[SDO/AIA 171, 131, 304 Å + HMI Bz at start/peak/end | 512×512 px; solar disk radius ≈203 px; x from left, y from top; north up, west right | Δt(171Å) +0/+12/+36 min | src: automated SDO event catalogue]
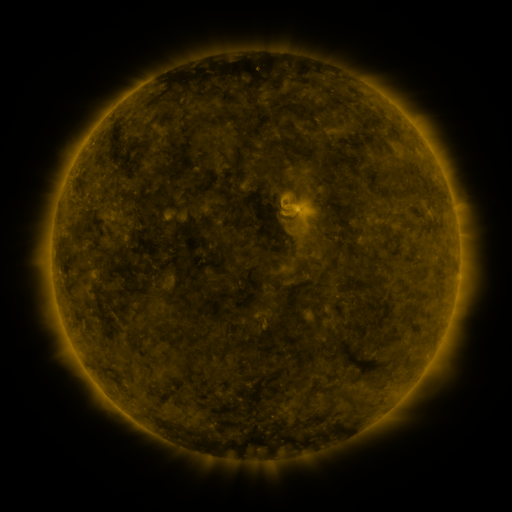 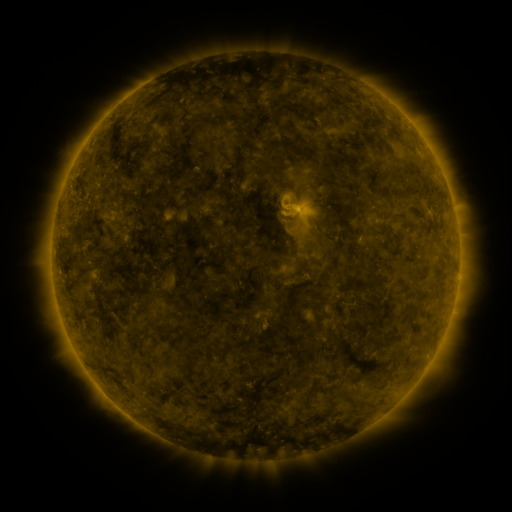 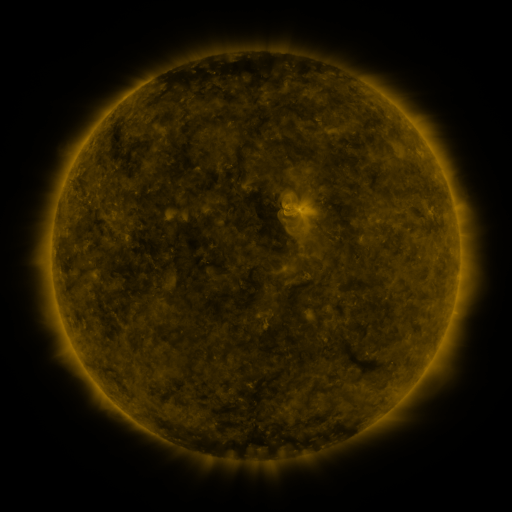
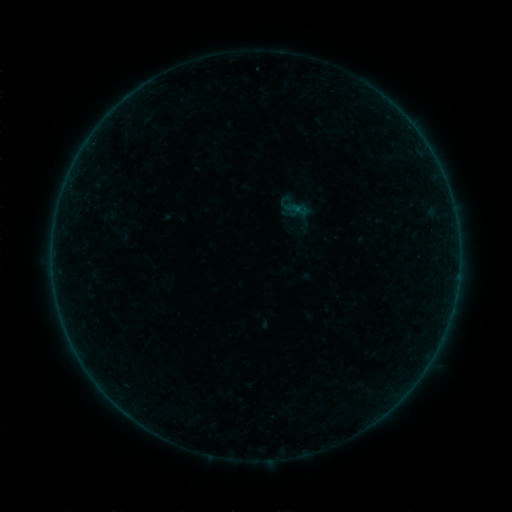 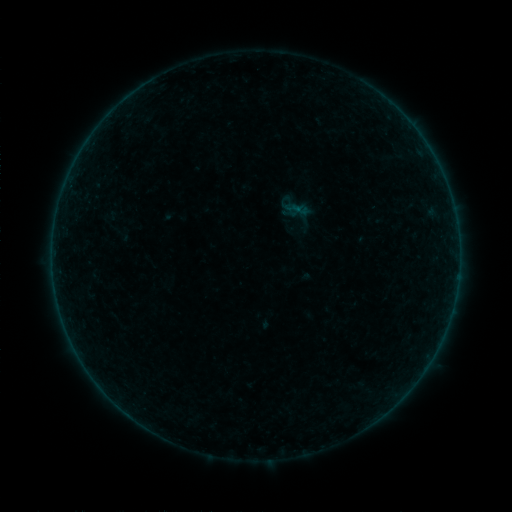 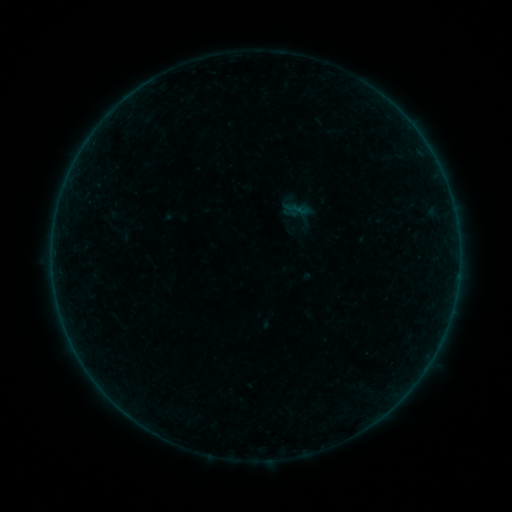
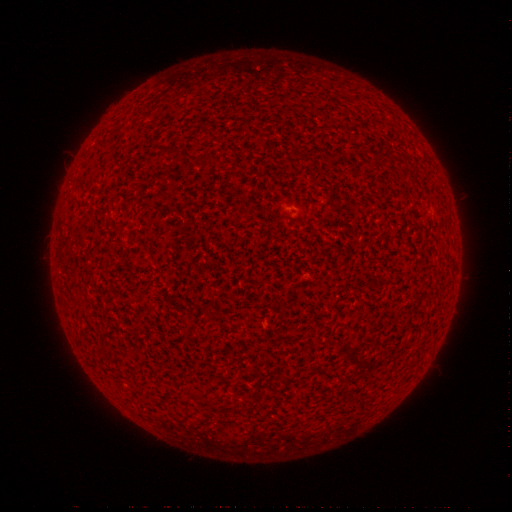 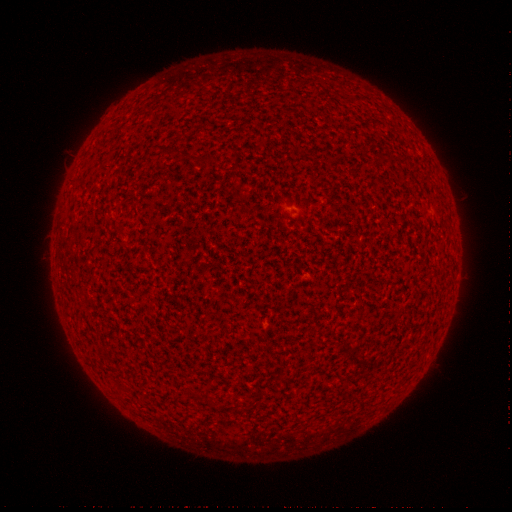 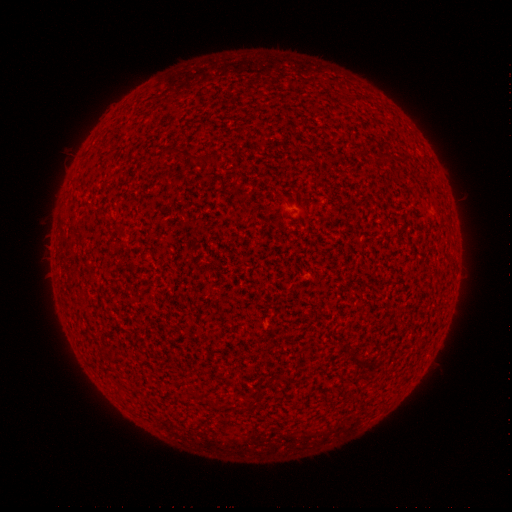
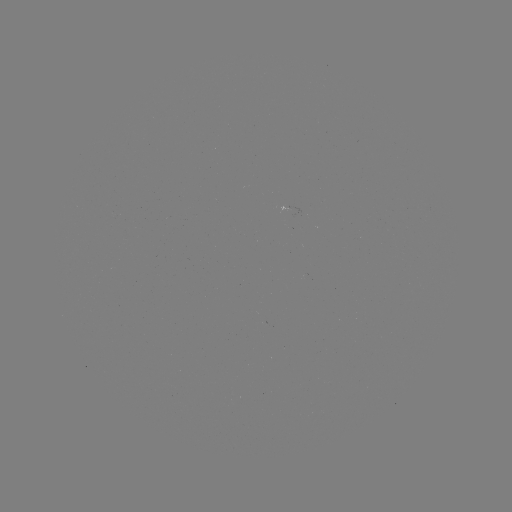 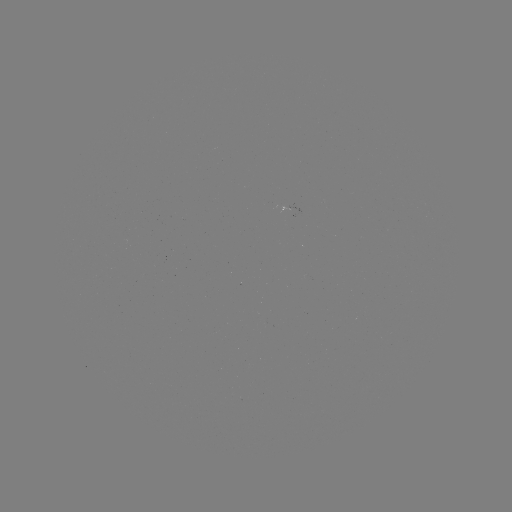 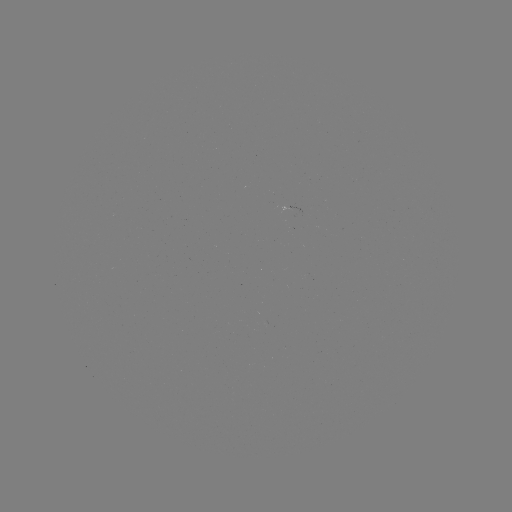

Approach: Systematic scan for A2.4 flare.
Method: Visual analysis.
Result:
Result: A2.4 flare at [287, 212].